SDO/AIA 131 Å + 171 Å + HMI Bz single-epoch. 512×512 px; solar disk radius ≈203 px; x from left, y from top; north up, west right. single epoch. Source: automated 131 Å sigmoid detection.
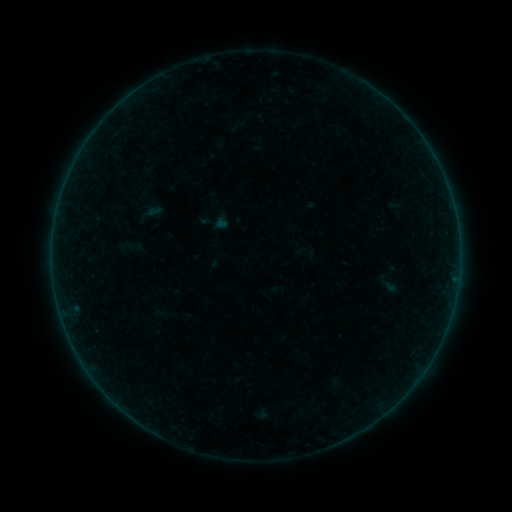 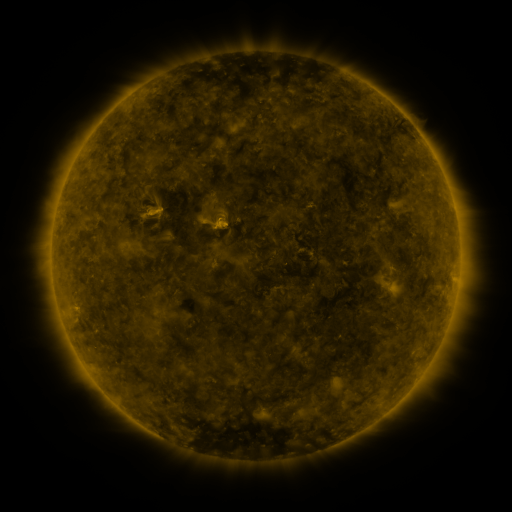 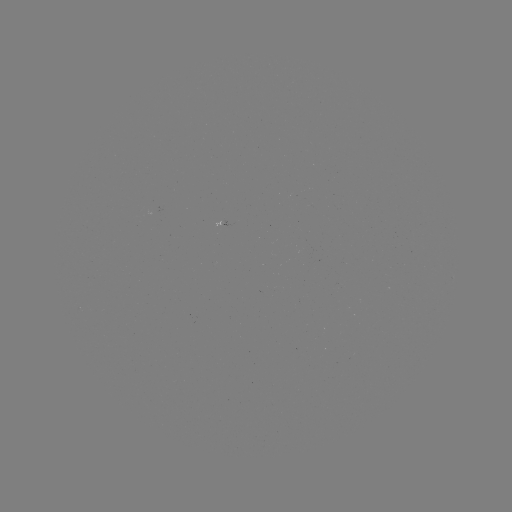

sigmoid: <bbox>200, 207, 231, 238</bbox>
